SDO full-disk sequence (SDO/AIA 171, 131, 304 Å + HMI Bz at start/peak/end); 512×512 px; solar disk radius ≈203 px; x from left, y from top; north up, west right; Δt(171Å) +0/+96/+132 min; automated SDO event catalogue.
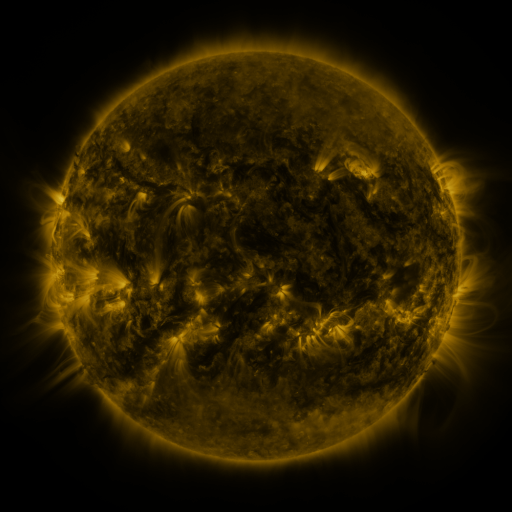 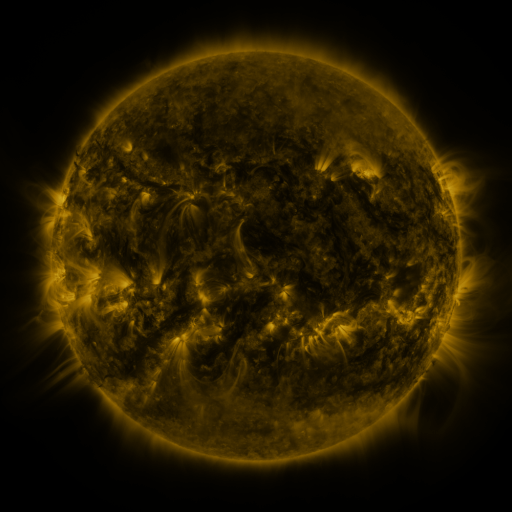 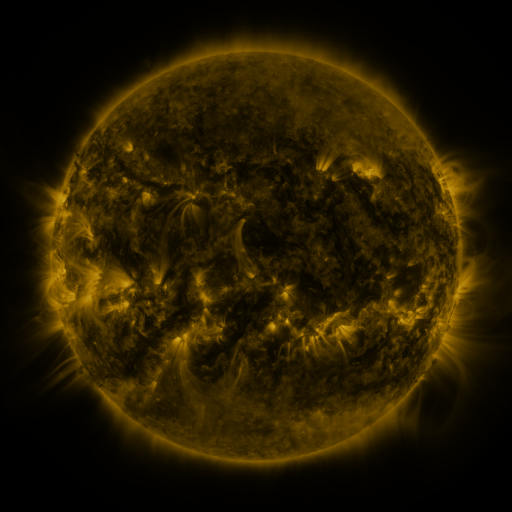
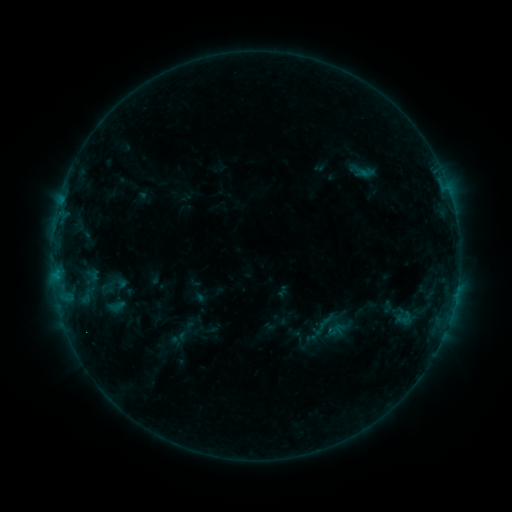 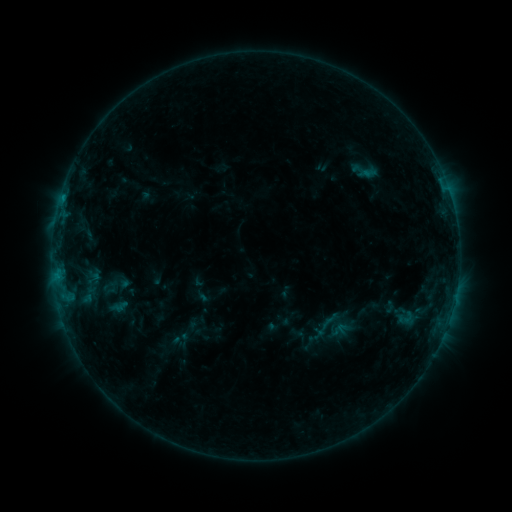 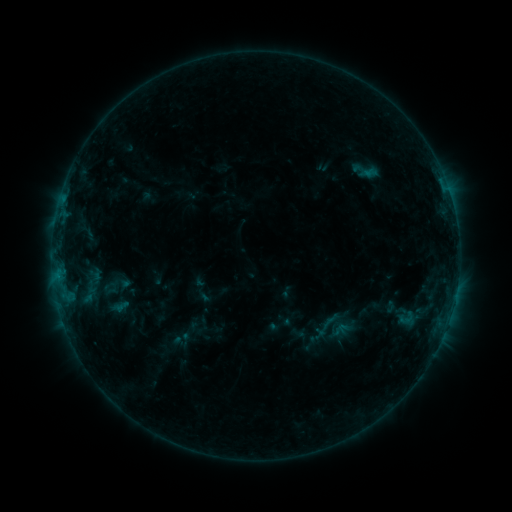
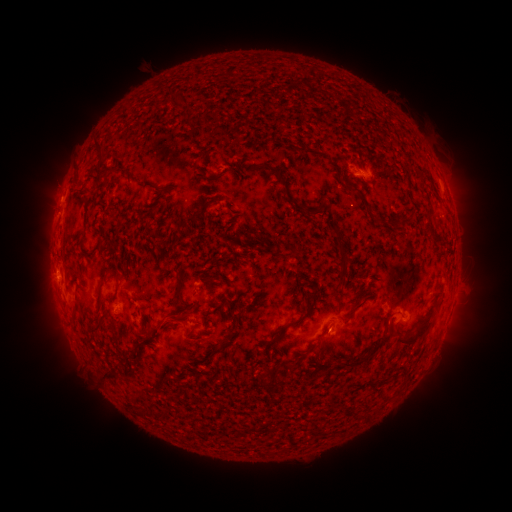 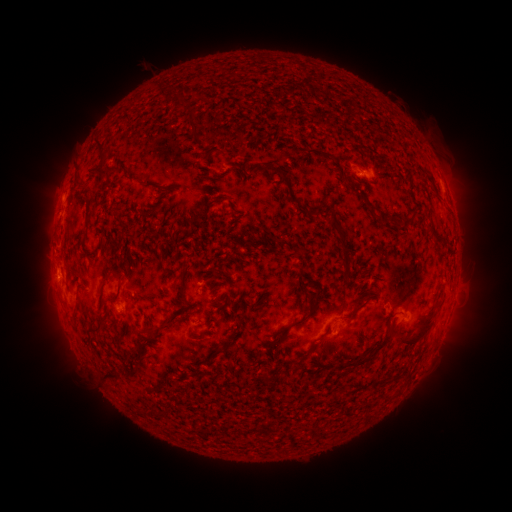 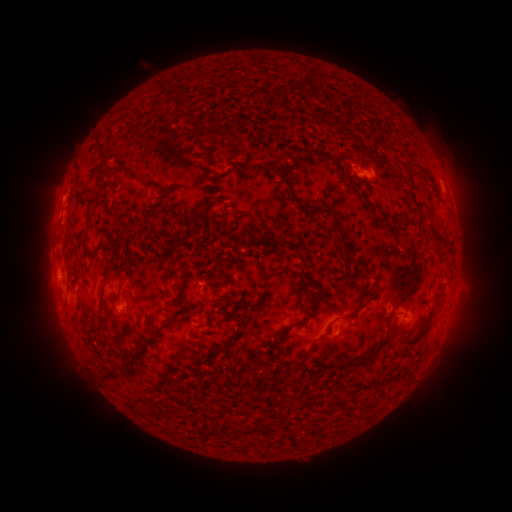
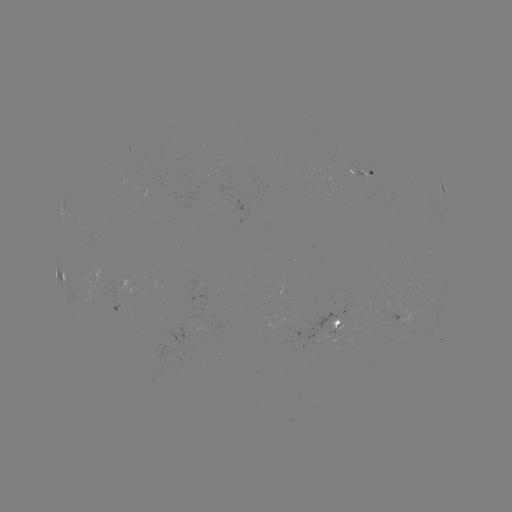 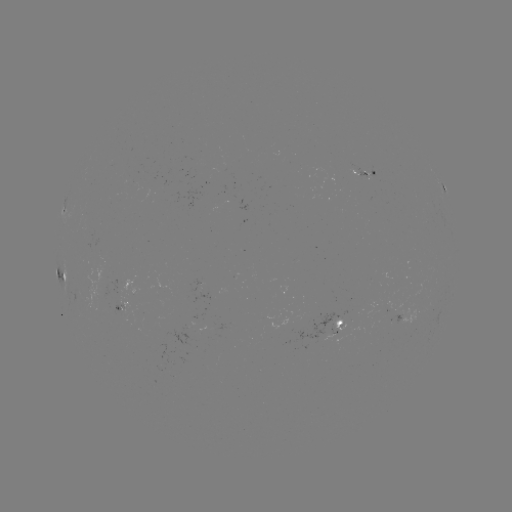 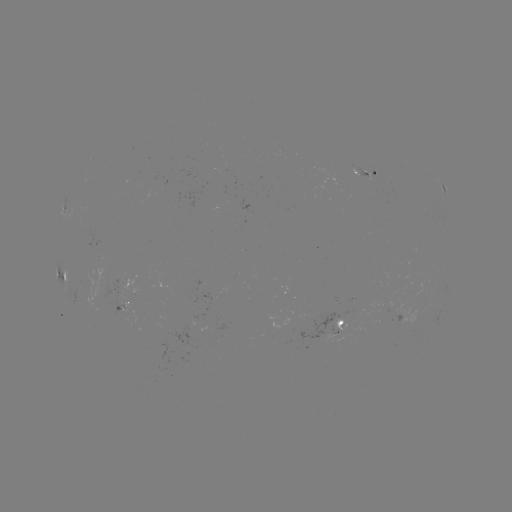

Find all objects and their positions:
emerging-flux region: (354, 169)
